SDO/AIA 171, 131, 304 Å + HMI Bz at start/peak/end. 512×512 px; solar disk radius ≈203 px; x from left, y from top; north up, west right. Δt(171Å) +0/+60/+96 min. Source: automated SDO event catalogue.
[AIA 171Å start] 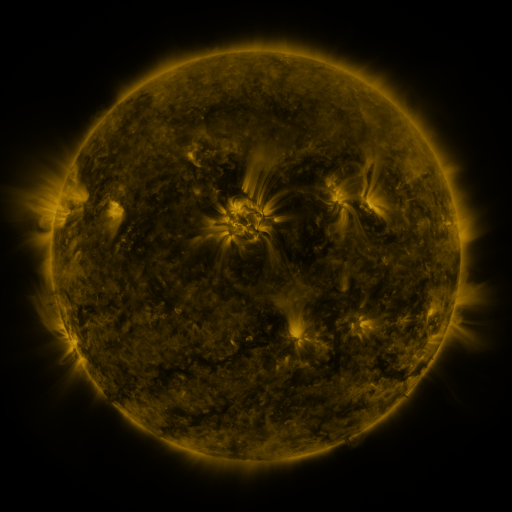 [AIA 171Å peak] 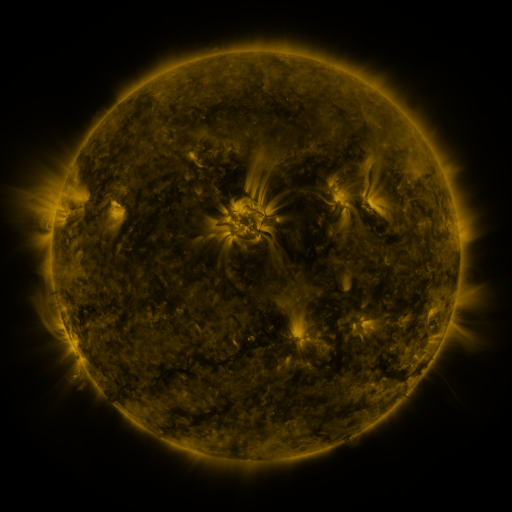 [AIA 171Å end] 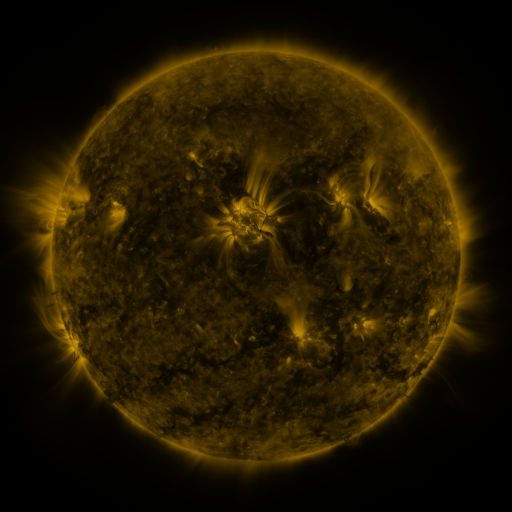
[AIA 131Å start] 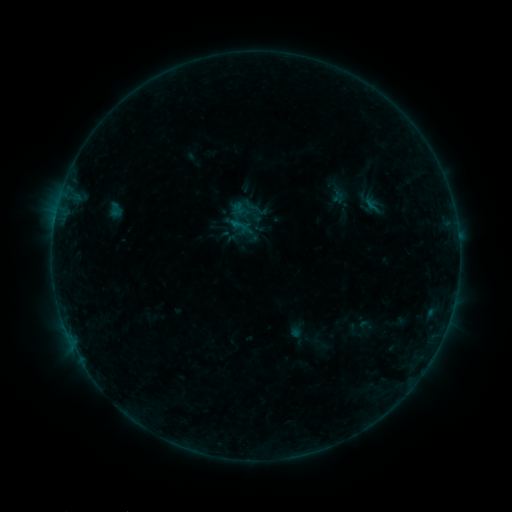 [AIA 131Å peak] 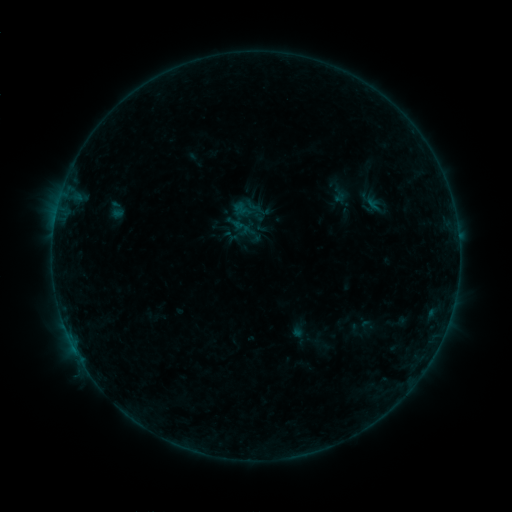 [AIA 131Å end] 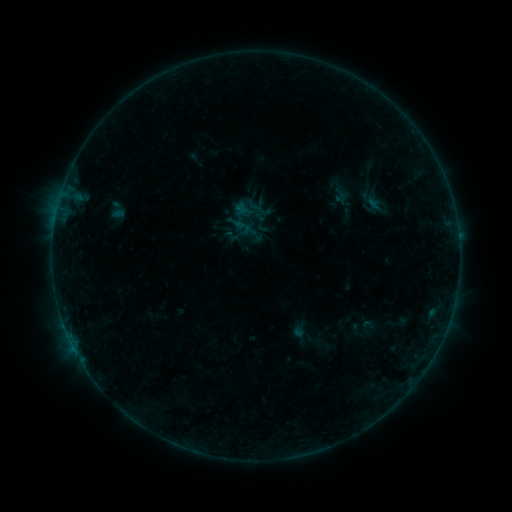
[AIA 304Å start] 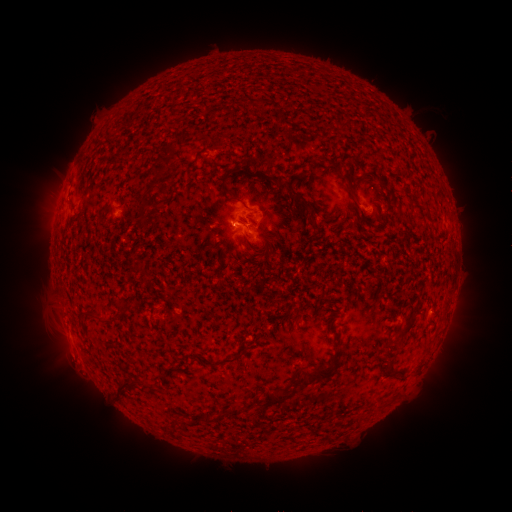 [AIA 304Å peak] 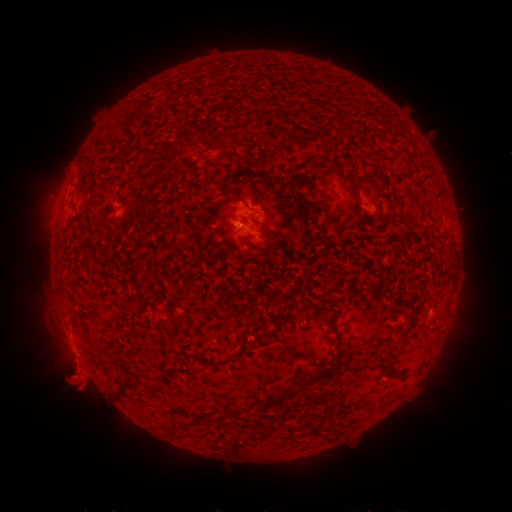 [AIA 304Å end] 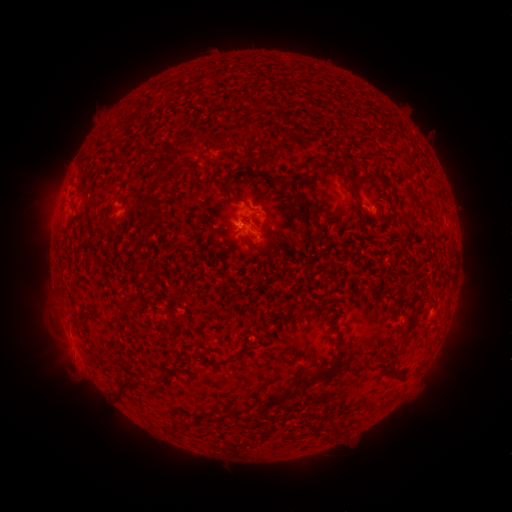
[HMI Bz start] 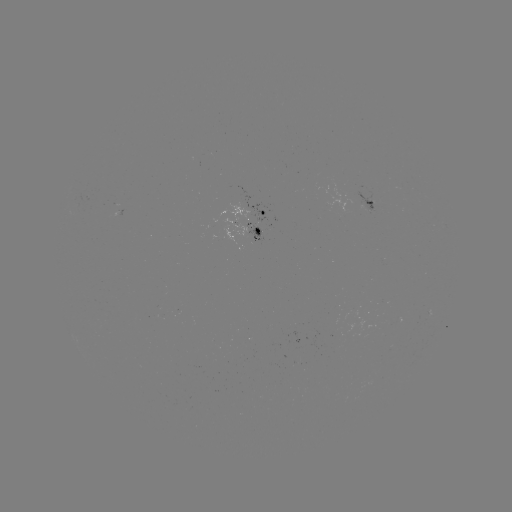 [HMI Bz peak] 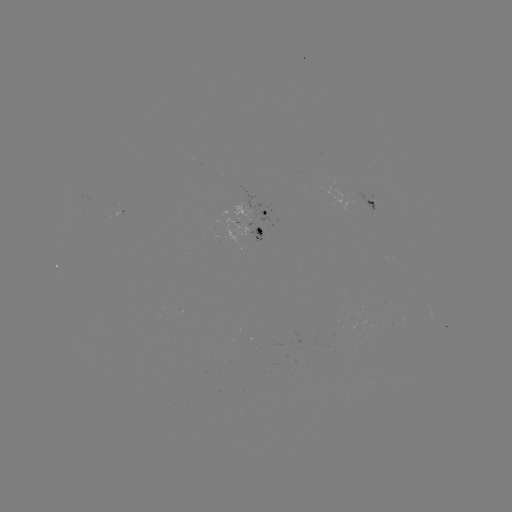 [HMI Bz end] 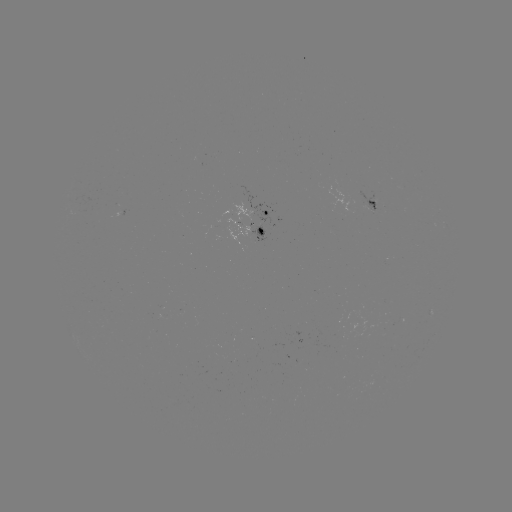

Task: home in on emerging-flux region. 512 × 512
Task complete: (367, 204).